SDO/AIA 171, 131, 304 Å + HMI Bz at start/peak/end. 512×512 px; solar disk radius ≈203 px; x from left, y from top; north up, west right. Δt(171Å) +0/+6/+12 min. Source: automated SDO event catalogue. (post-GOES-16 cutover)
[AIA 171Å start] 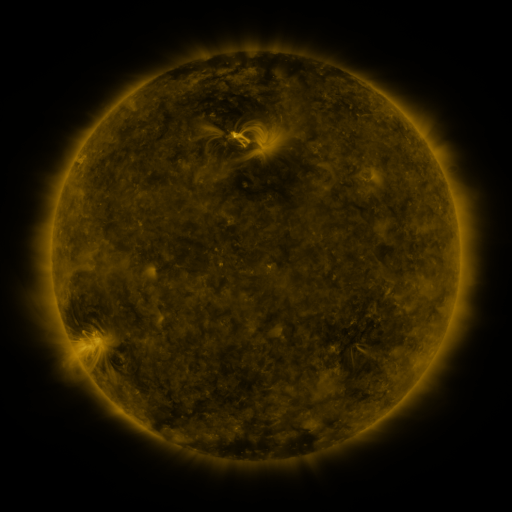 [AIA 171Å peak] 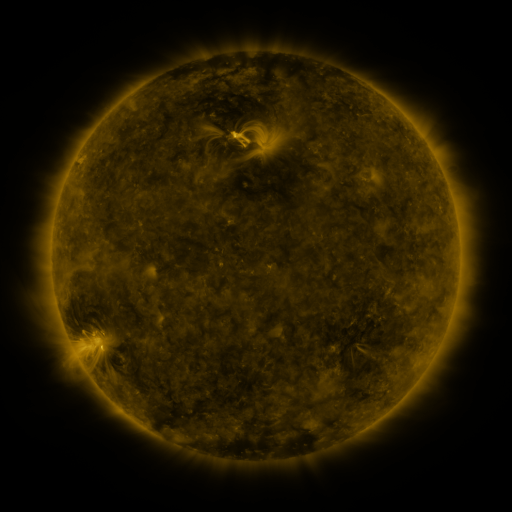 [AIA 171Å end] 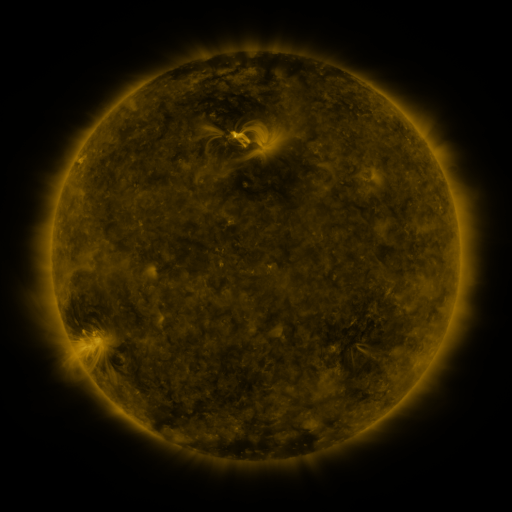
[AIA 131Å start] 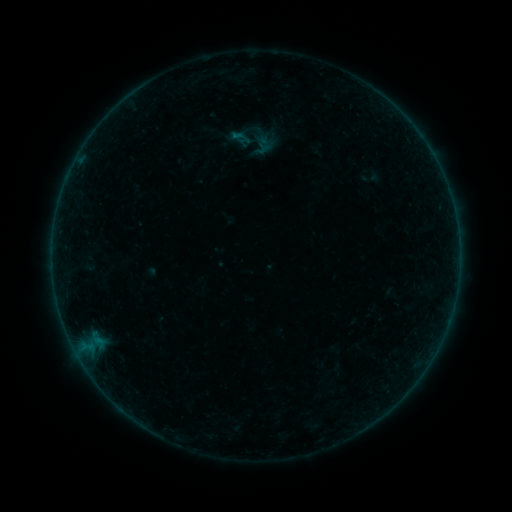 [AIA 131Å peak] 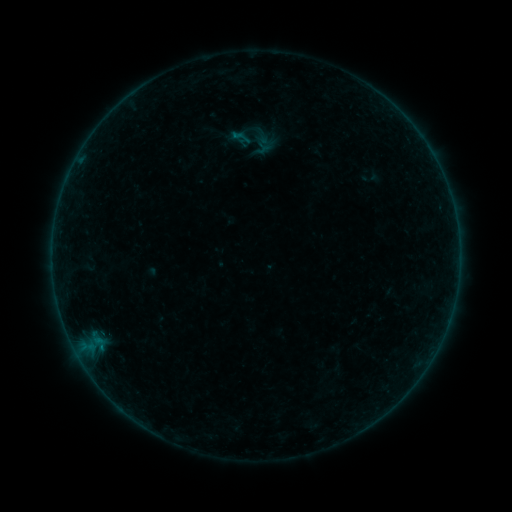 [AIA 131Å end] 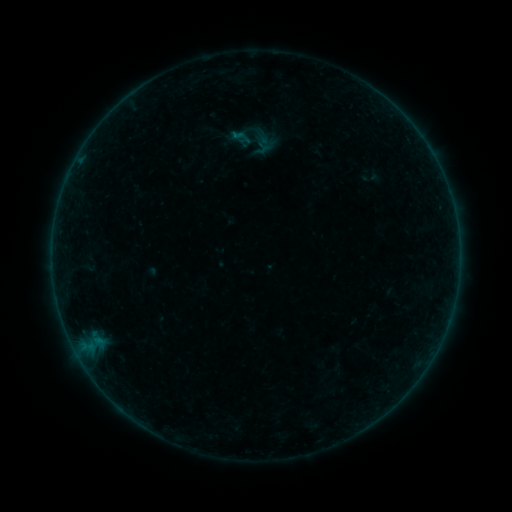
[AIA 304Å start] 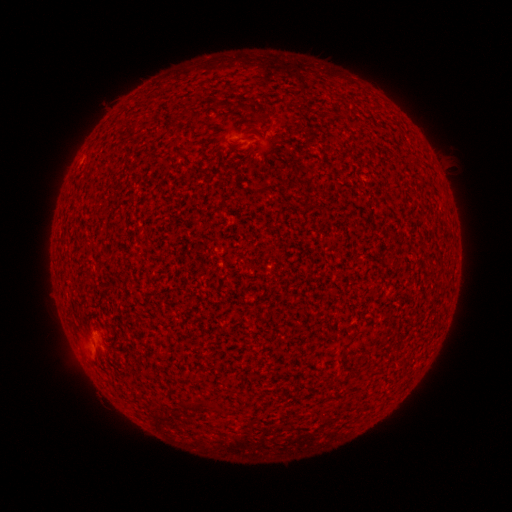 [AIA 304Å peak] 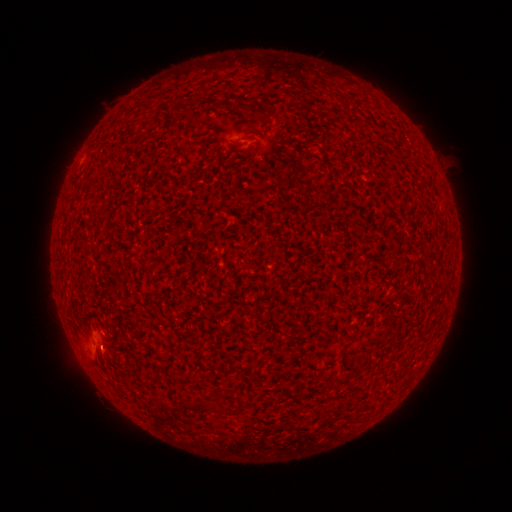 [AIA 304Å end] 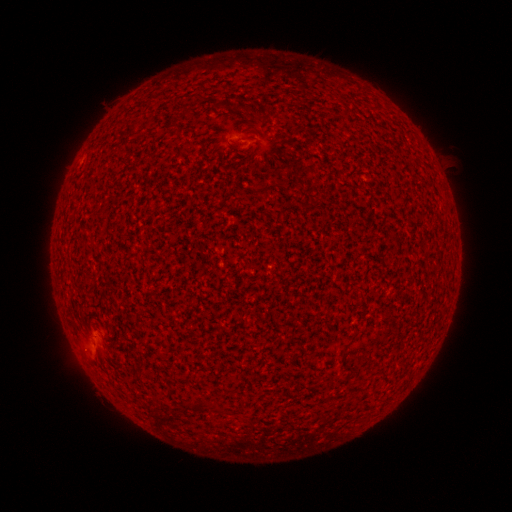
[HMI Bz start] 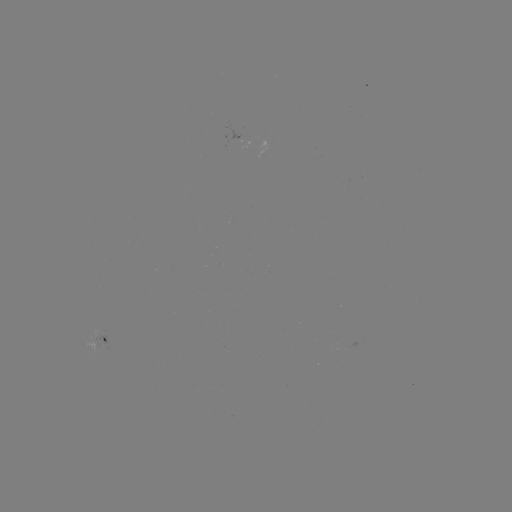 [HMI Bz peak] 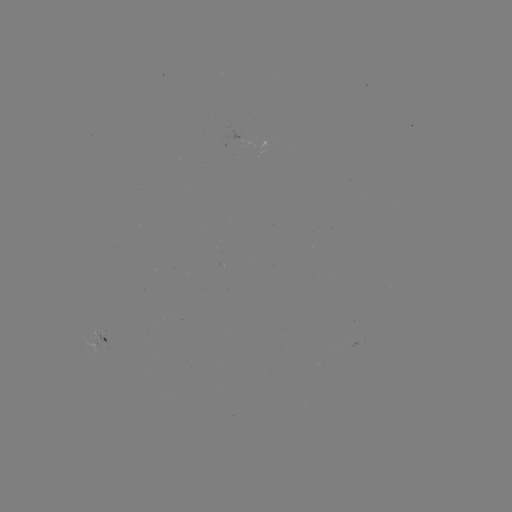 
no catalogued flare and no flagged EUV brightening in this window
